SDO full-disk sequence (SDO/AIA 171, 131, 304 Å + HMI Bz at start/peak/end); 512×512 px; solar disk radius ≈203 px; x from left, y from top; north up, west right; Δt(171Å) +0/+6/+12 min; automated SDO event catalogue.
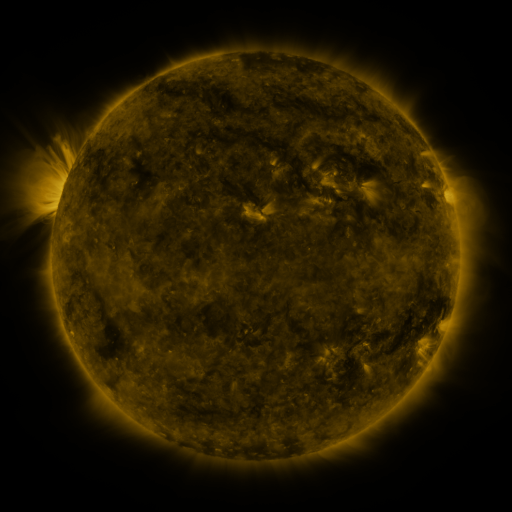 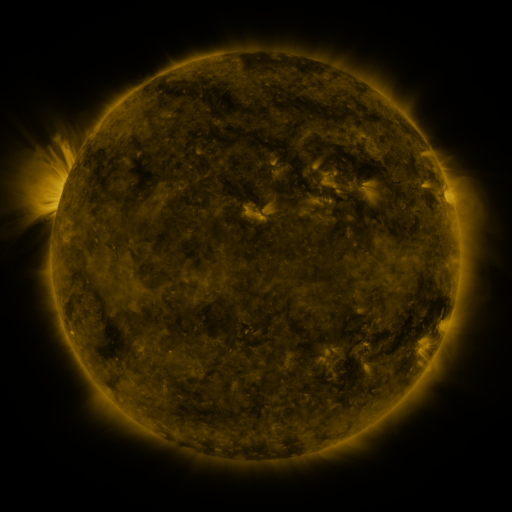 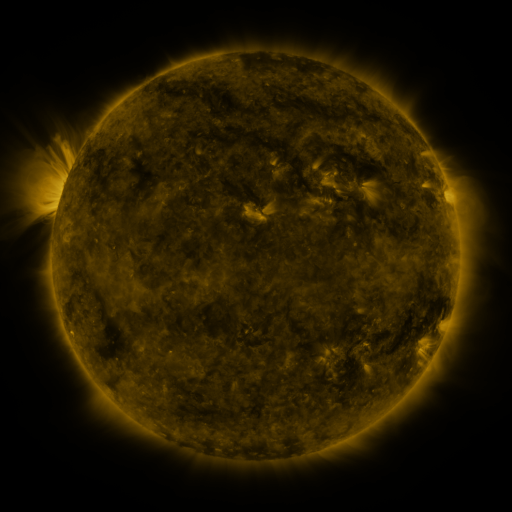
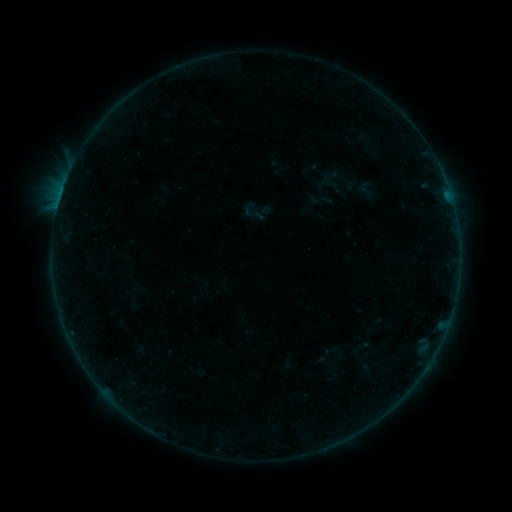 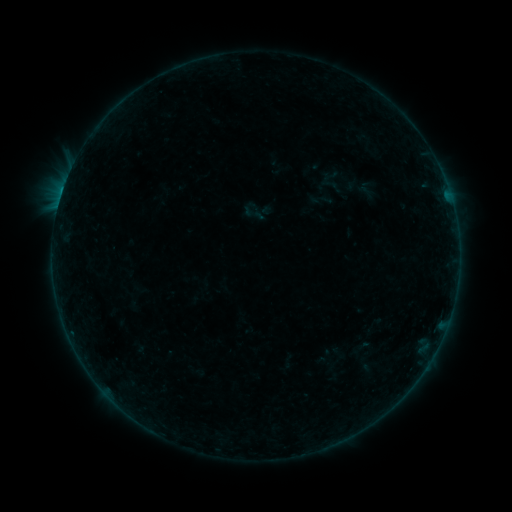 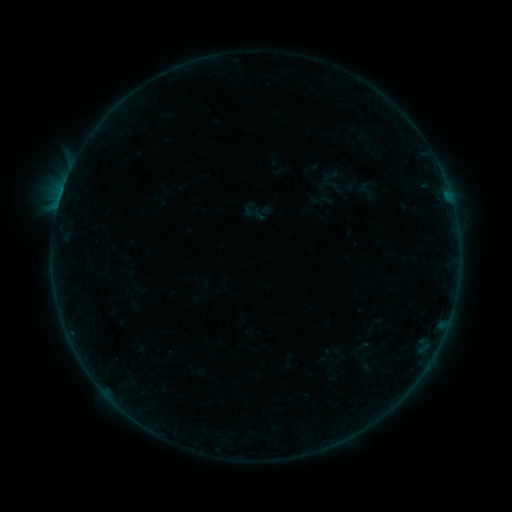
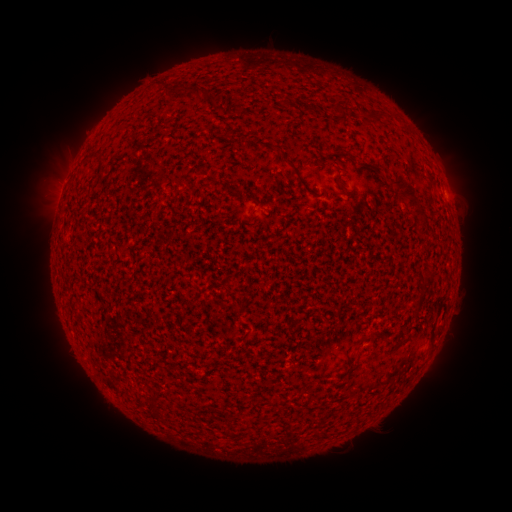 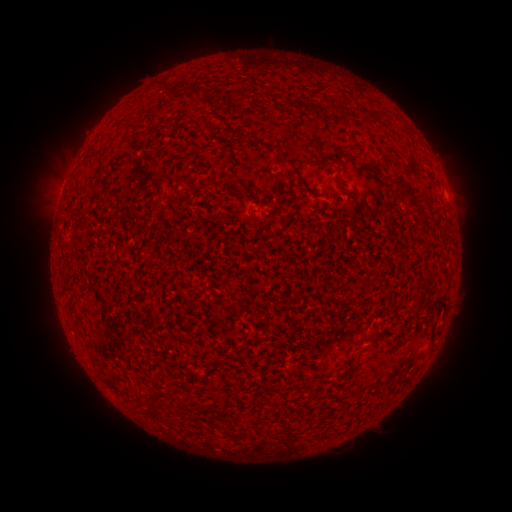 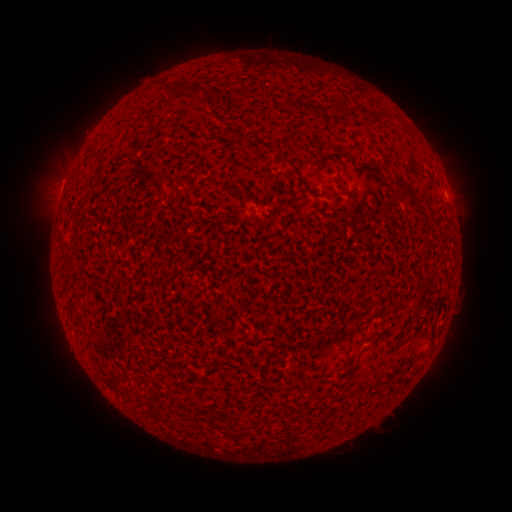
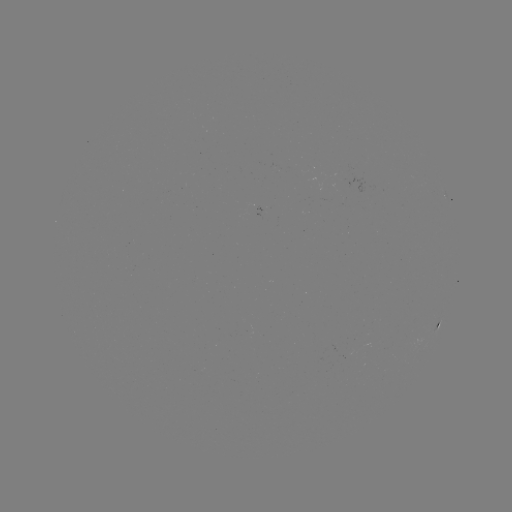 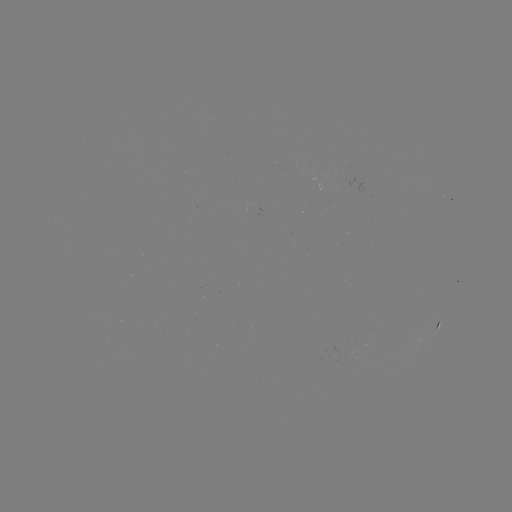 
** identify B1.6 flare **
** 62,193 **